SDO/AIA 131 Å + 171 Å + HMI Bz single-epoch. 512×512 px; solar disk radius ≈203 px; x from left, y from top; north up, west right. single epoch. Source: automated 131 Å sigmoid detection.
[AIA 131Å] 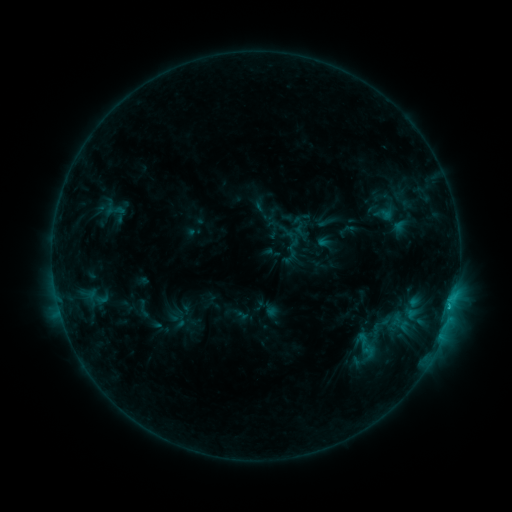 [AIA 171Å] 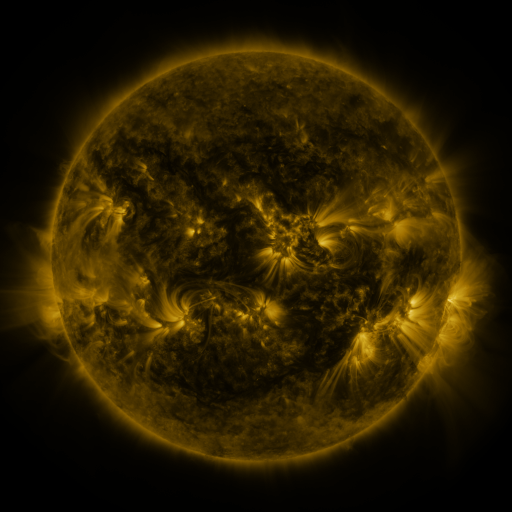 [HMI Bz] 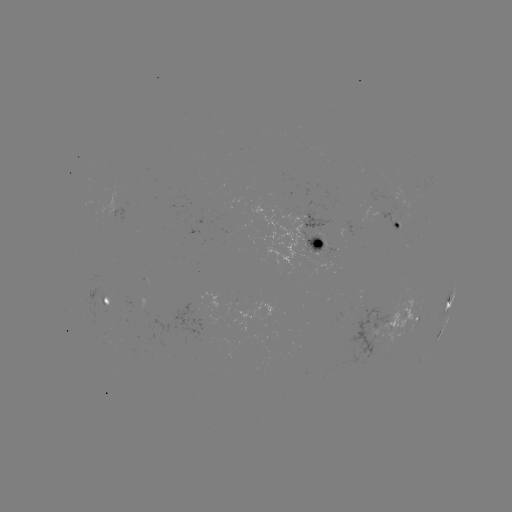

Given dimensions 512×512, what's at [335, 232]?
sigmoid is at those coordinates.